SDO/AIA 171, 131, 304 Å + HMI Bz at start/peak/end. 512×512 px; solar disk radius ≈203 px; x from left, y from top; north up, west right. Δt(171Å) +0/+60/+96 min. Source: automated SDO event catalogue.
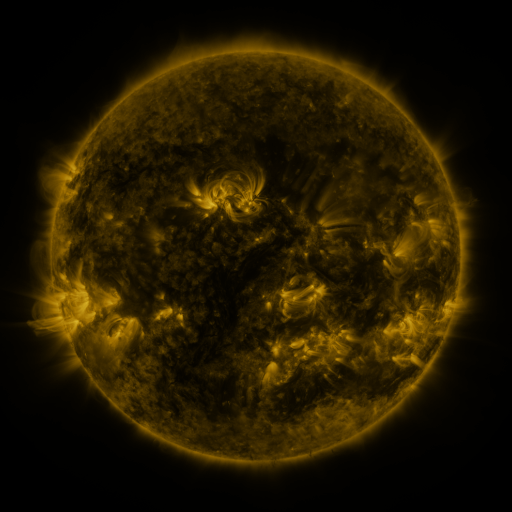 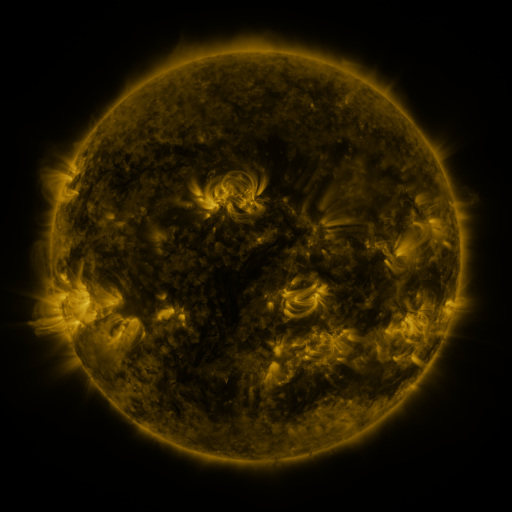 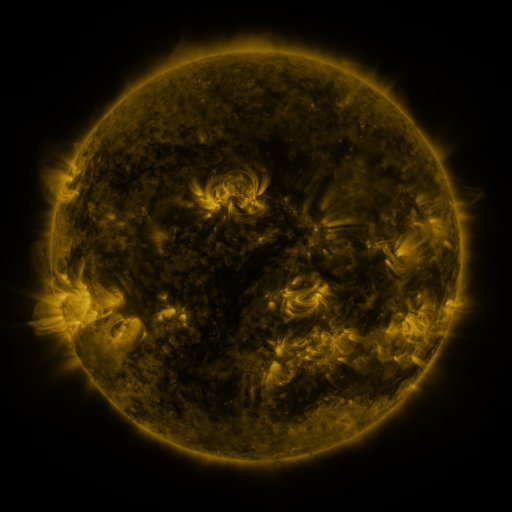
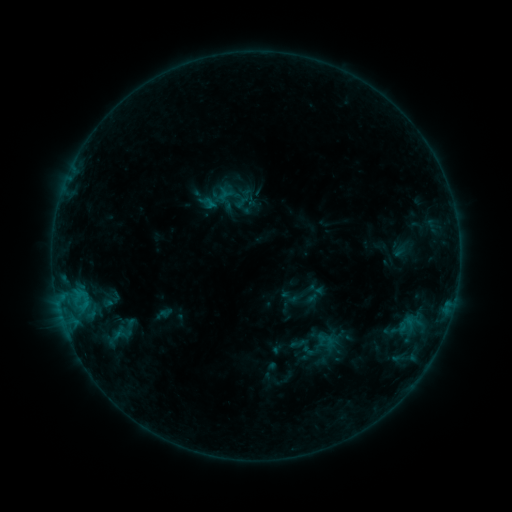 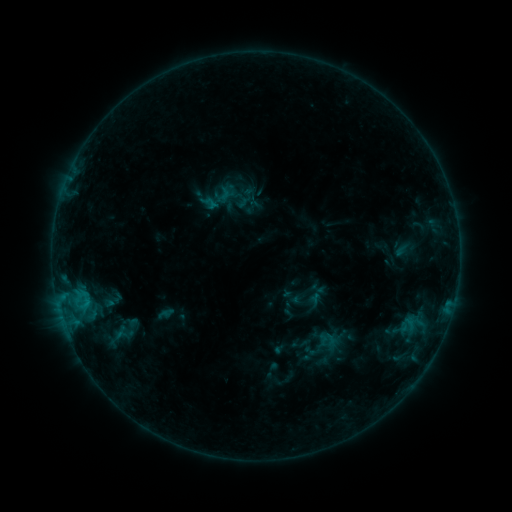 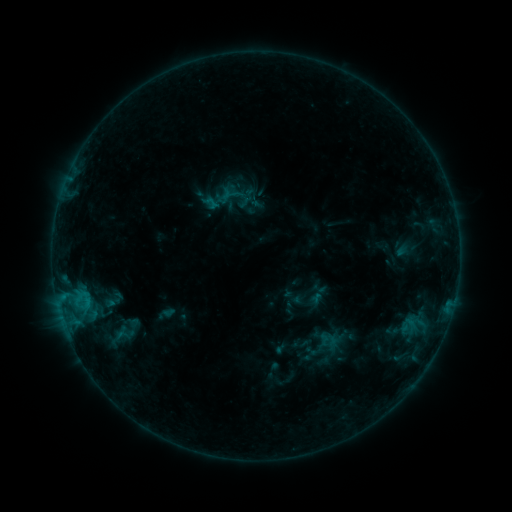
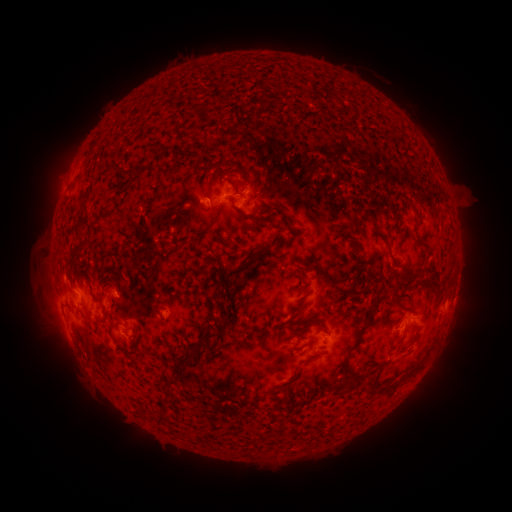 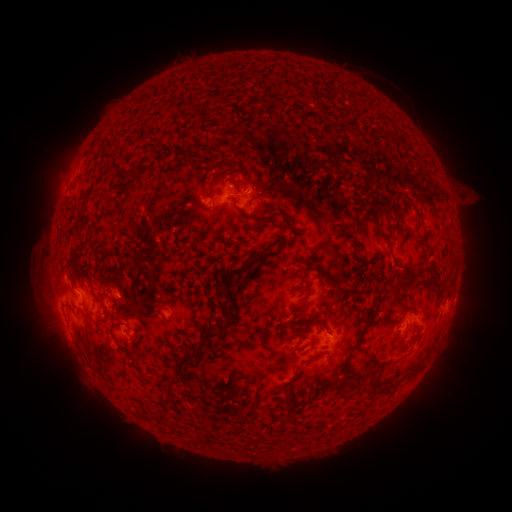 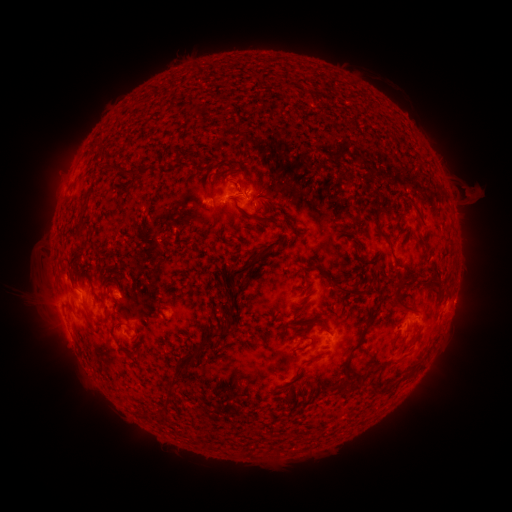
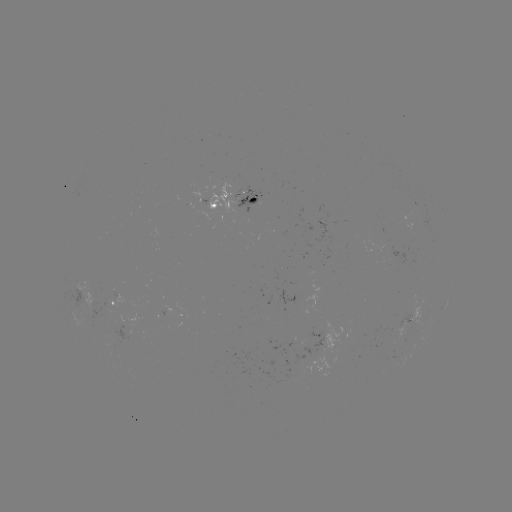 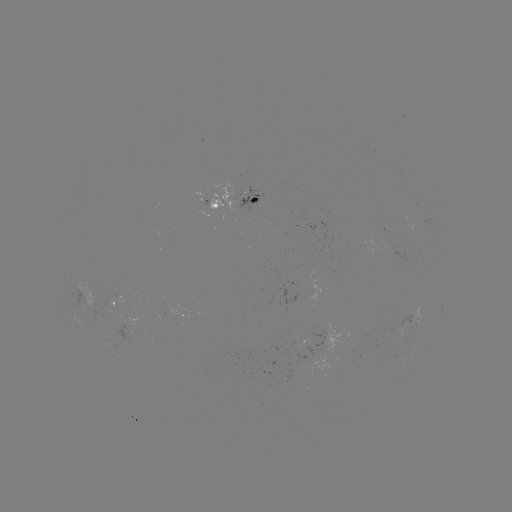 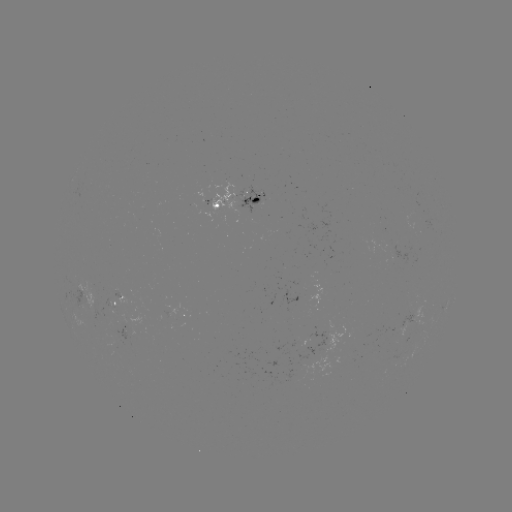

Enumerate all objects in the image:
emerging-flux region: (115, 302)
